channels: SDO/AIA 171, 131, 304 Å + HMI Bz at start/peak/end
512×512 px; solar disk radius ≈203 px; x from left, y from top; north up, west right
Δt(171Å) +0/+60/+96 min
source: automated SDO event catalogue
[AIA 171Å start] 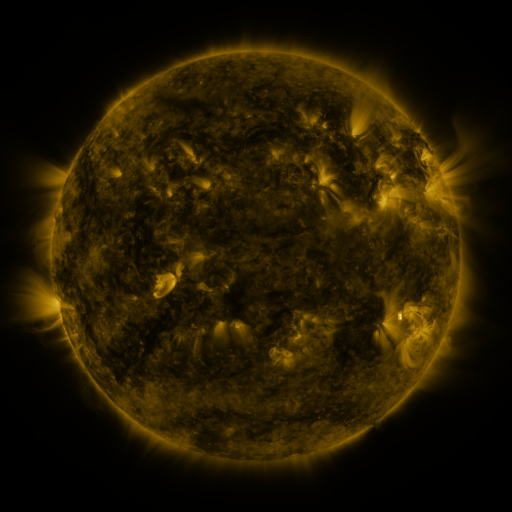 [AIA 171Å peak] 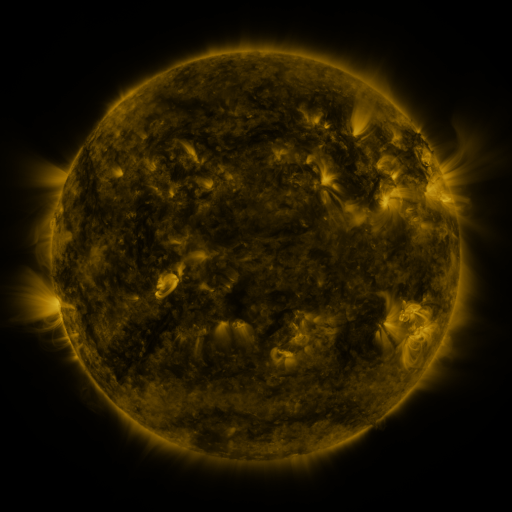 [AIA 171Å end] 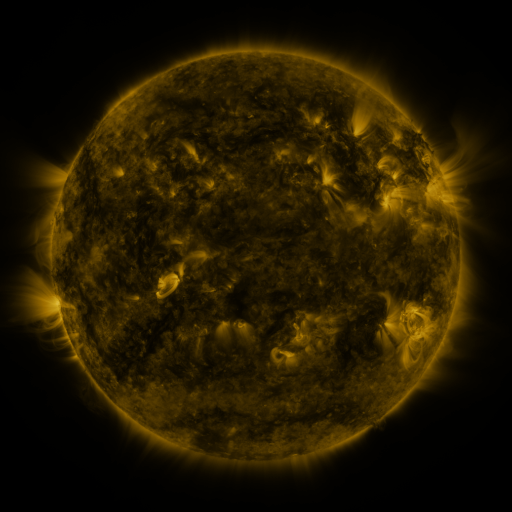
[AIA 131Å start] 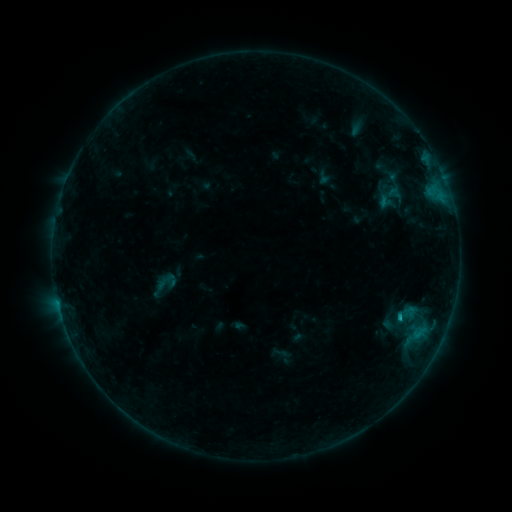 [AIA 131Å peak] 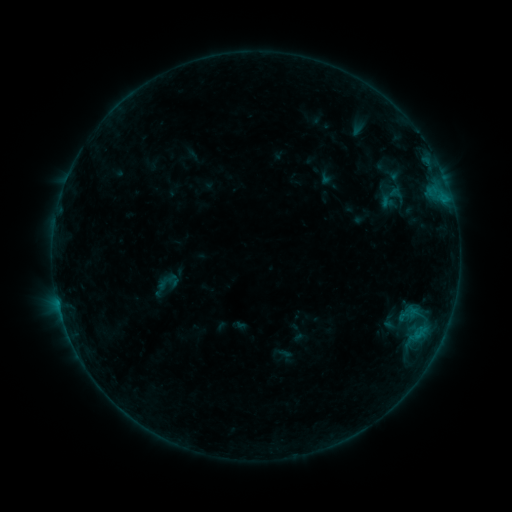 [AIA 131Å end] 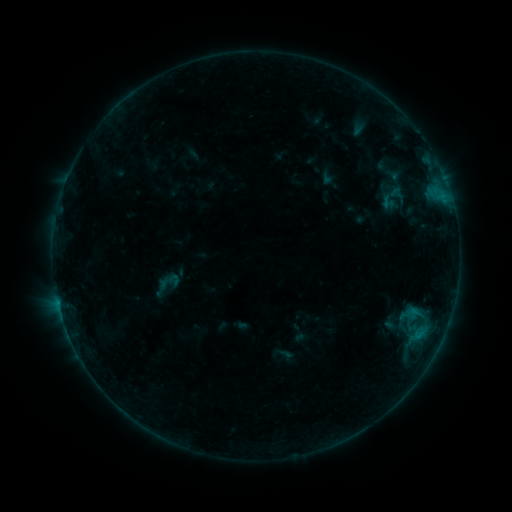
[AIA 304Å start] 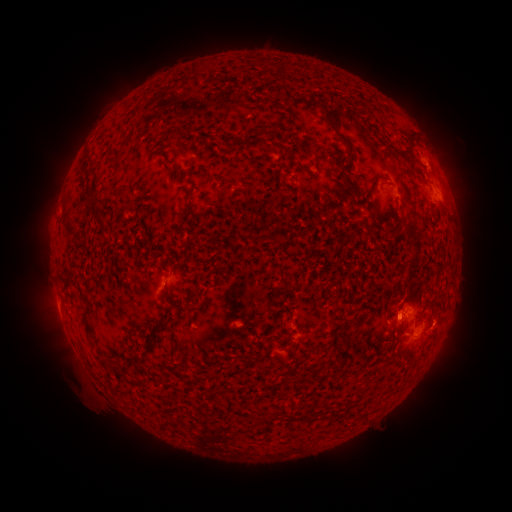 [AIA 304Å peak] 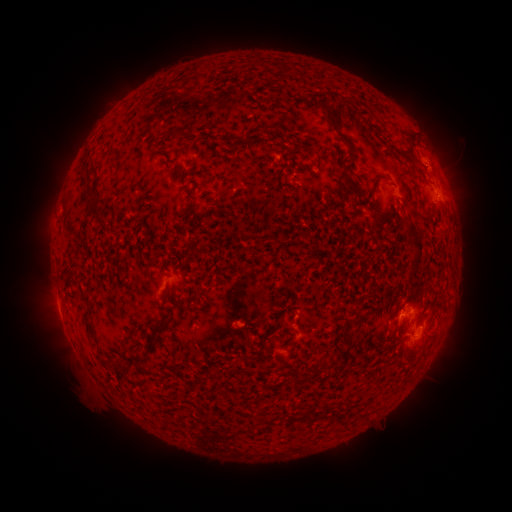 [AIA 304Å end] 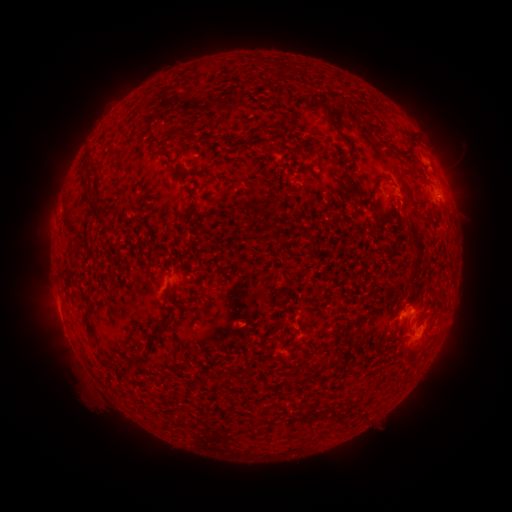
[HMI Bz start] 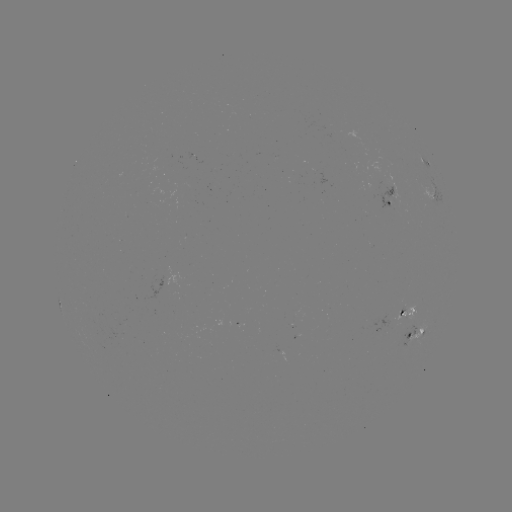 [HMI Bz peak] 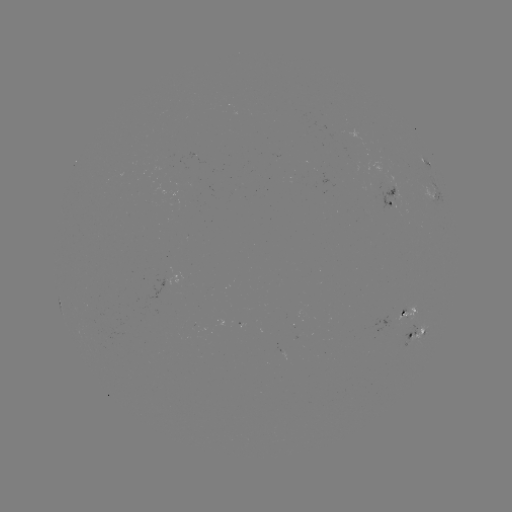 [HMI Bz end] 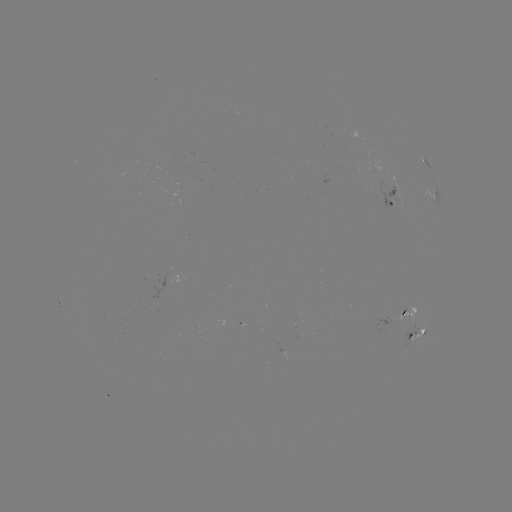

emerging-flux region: [358, 179, 396, 210]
